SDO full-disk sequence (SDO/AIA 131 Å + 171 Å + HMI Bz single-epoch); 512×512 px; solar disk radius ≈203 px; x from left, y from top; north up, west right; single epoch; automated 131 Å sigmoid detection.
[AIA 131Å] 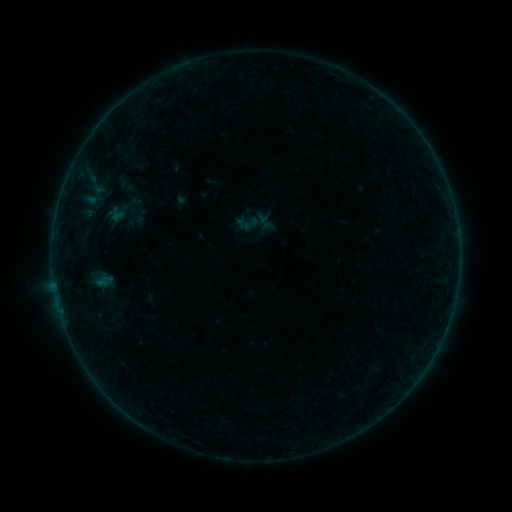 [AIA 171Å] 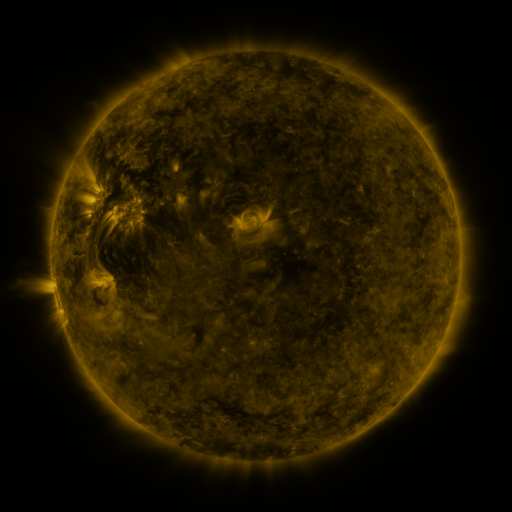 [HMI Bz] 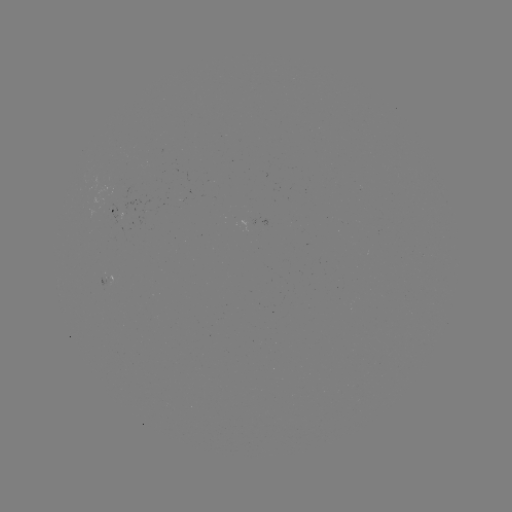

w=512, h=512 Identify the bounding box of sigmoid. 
[235, 211, 259, 235].